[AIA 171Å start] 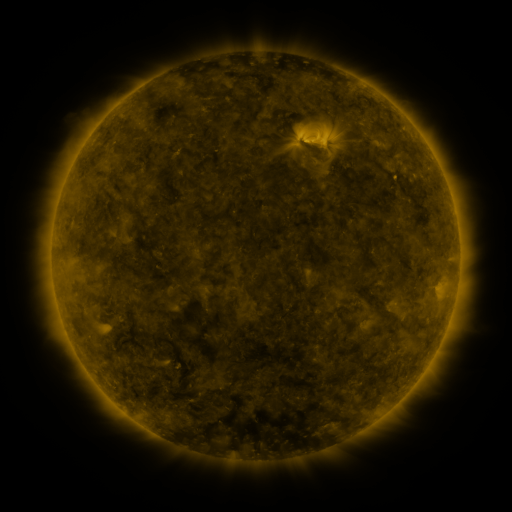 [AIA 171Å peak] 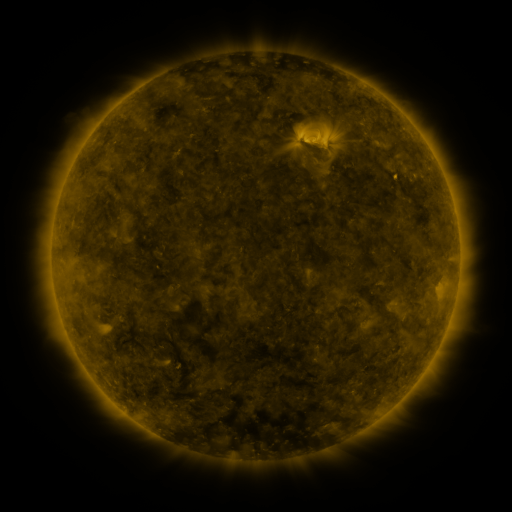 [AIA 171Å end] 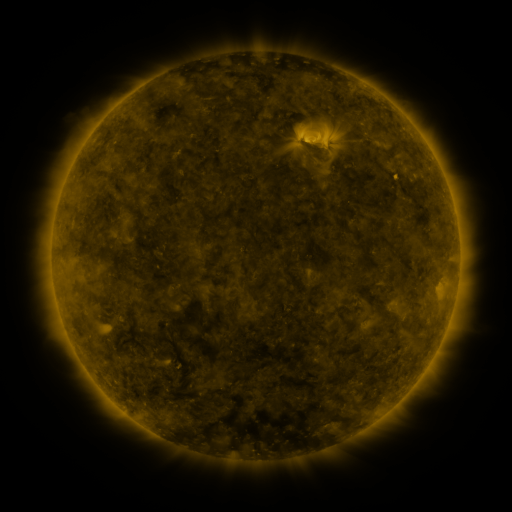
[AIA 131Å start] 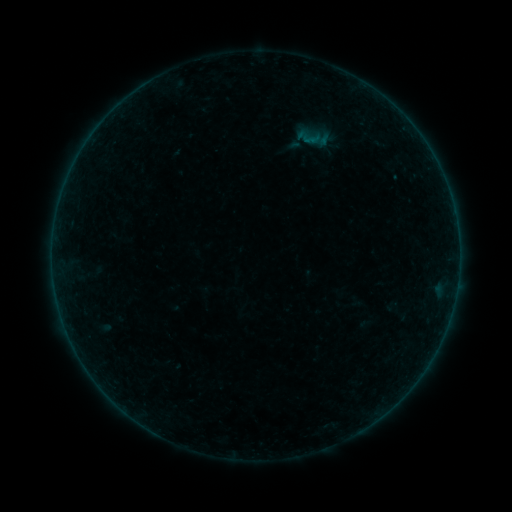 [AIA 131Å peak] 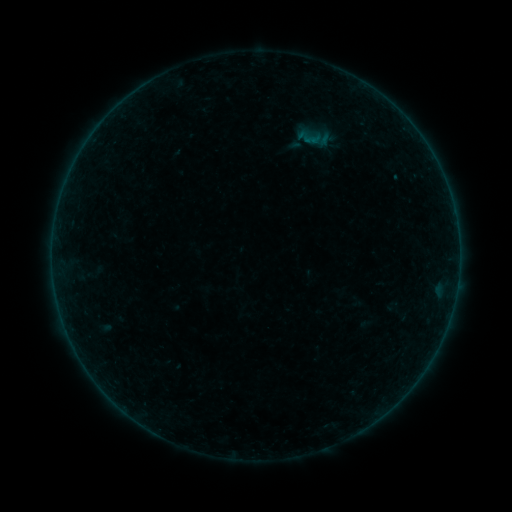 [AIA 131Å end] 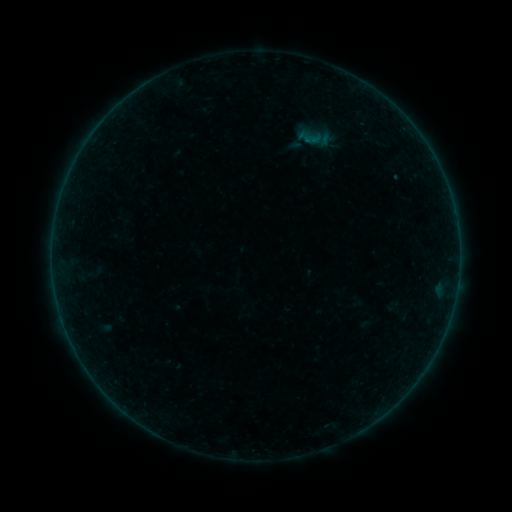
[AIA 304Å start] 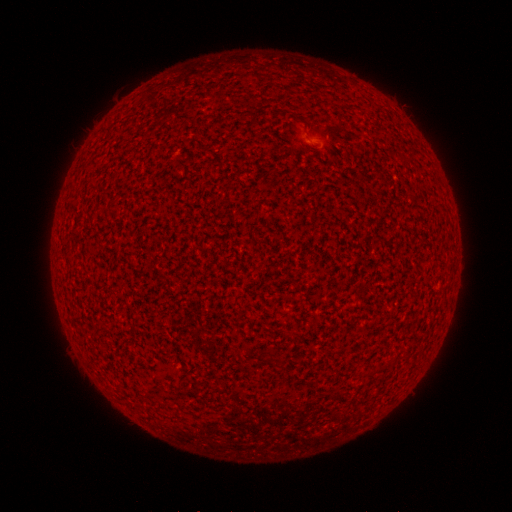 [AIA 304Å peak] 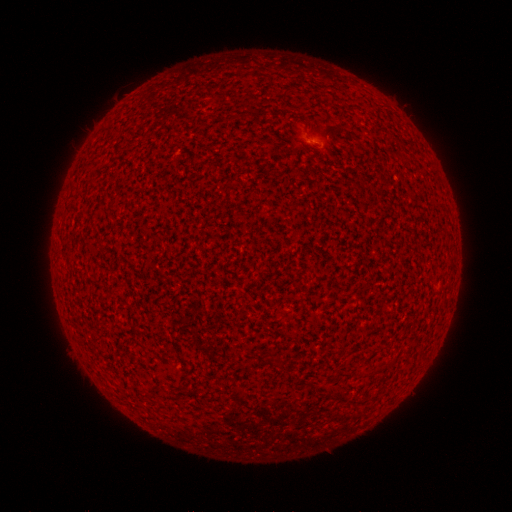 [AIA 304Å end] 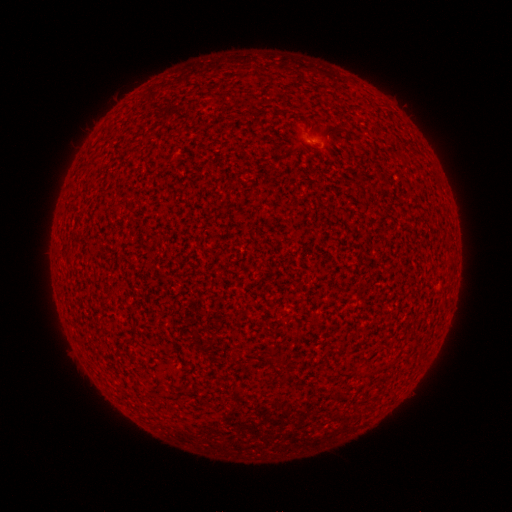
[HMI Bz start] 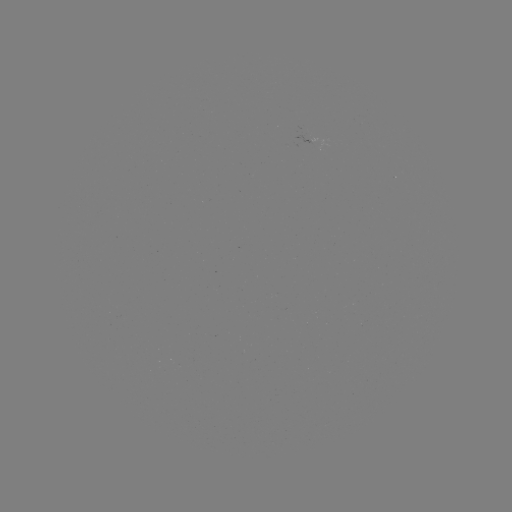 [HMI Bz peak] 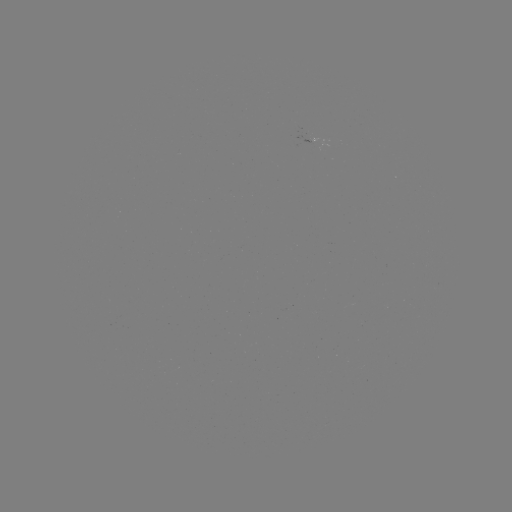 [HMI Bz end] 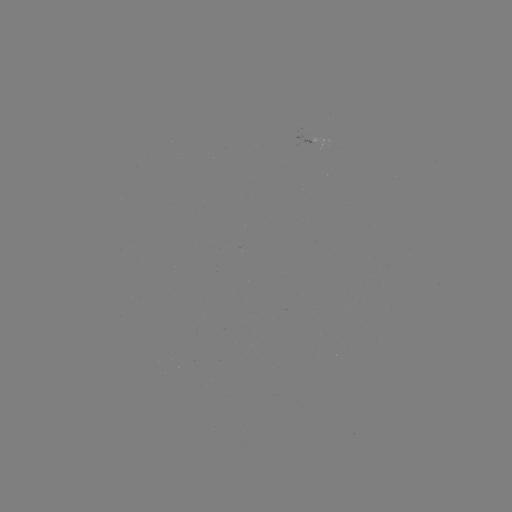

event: flare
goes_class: A2.1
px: (311, 142)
